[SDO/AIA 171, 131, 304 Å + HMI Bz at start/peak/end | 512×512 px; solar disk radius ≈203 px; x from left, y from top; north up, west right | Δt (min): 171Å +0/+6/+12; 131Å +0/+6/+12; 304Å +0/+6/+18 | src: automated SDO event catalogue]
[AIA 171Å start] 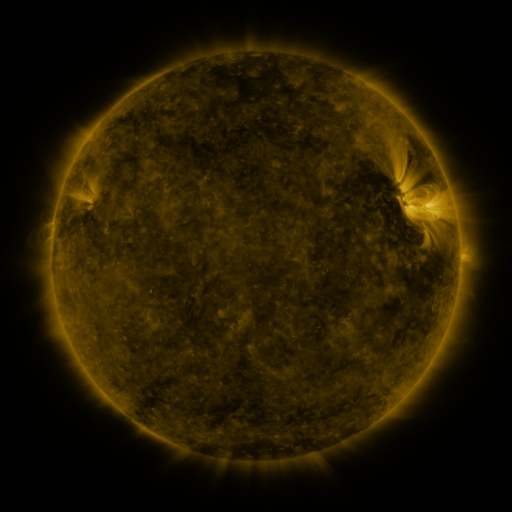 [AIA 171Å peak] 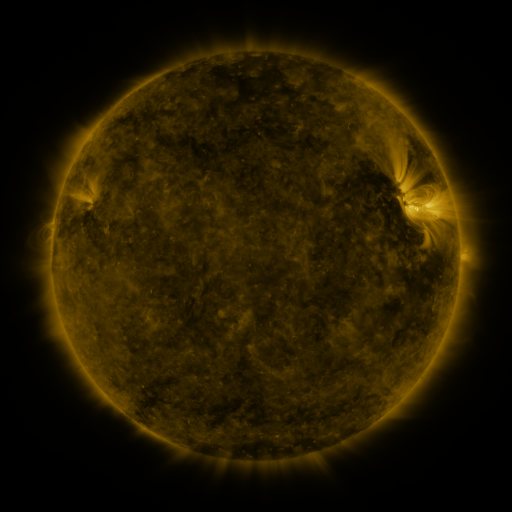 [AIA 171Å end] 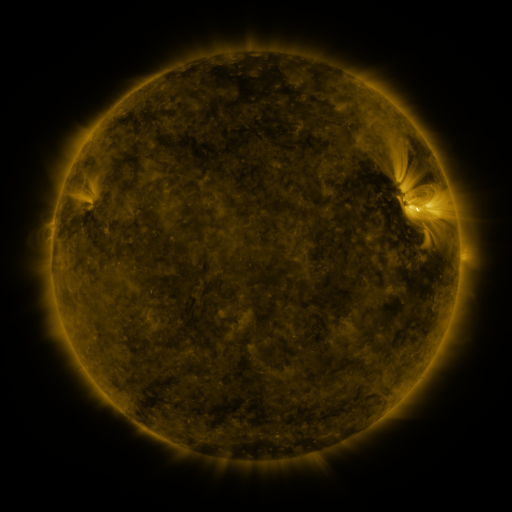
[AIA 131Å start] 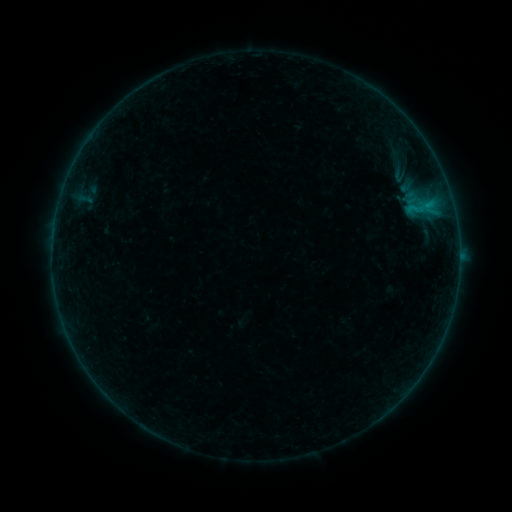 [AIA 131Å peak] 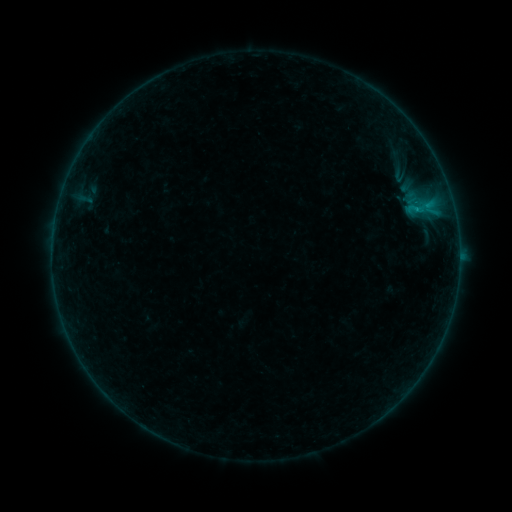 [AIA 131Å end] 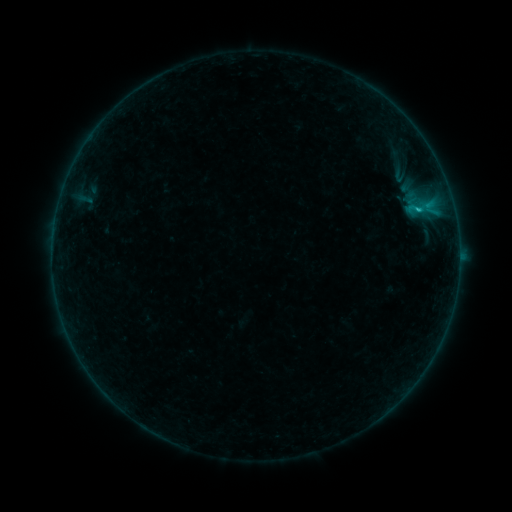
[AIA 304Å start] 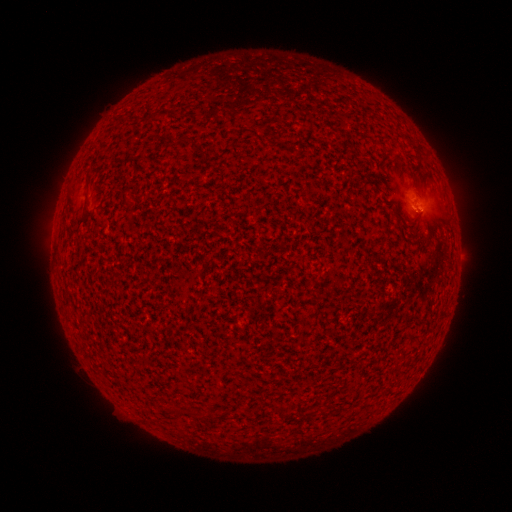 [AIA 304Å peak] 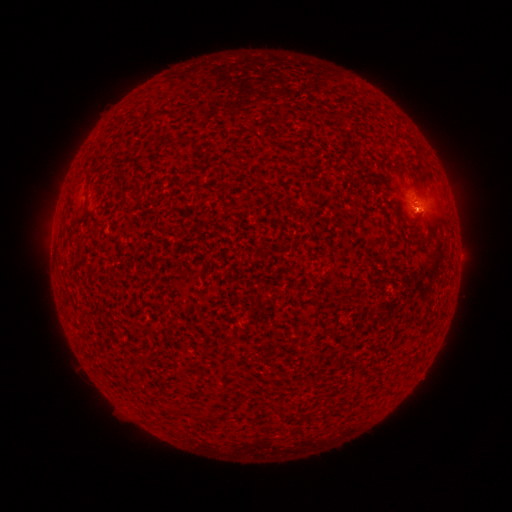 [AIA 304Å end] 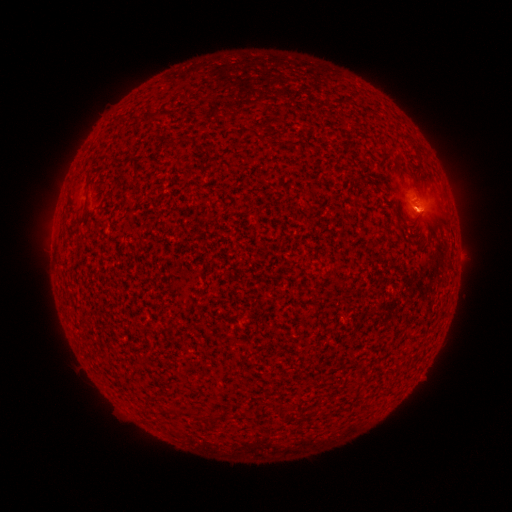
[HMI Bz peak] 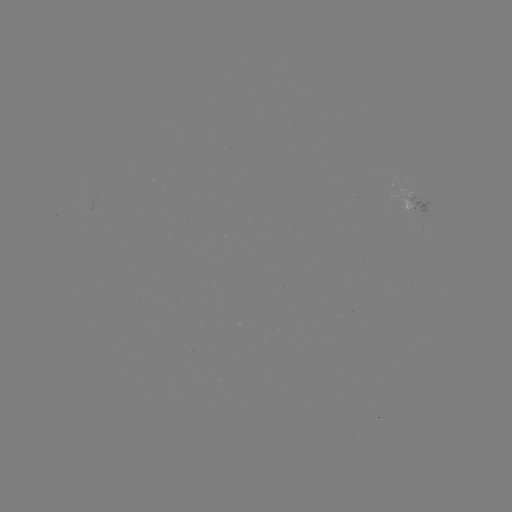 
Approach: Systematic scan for B7.9 flare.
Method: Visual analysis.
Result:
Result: B7.9 flare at [417, 212].